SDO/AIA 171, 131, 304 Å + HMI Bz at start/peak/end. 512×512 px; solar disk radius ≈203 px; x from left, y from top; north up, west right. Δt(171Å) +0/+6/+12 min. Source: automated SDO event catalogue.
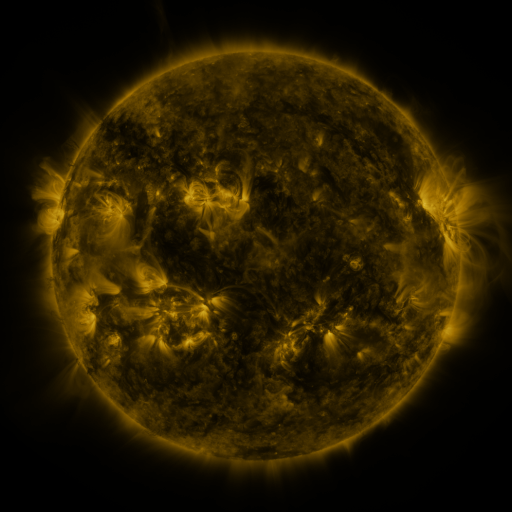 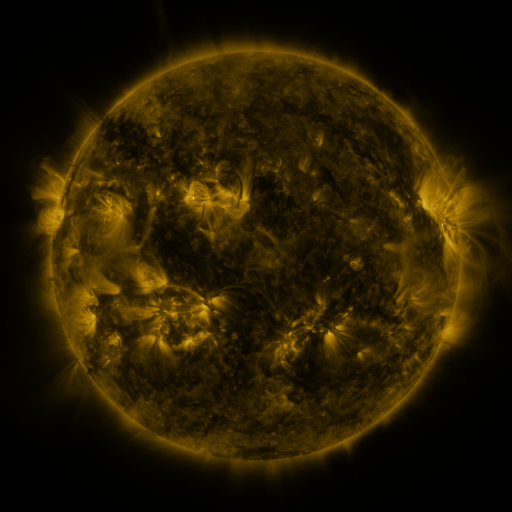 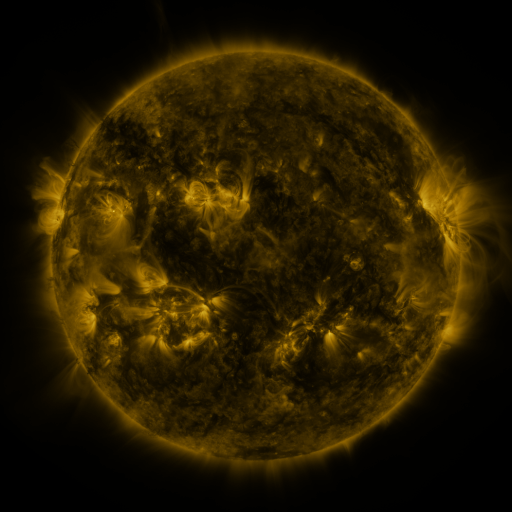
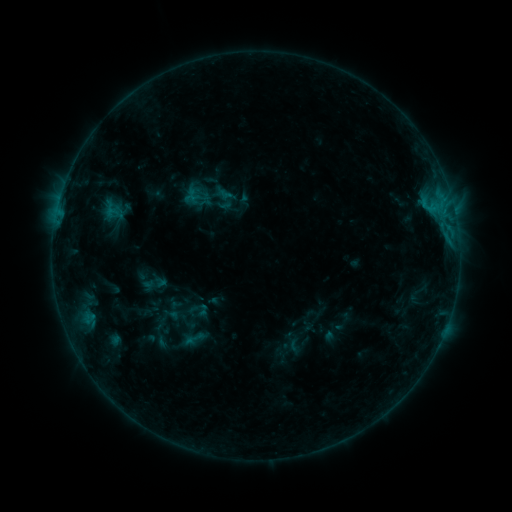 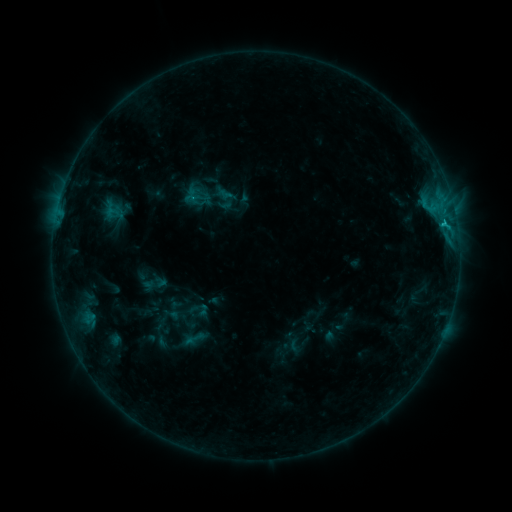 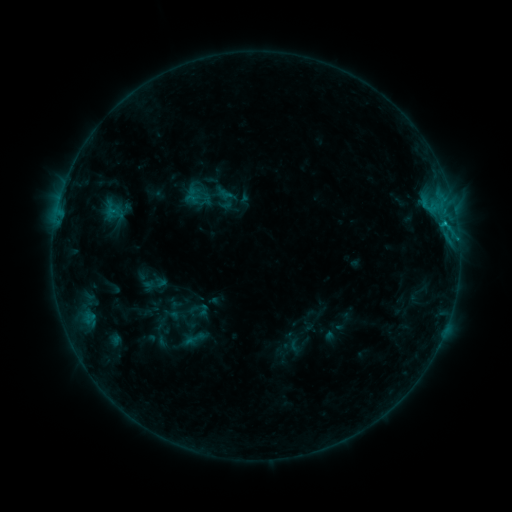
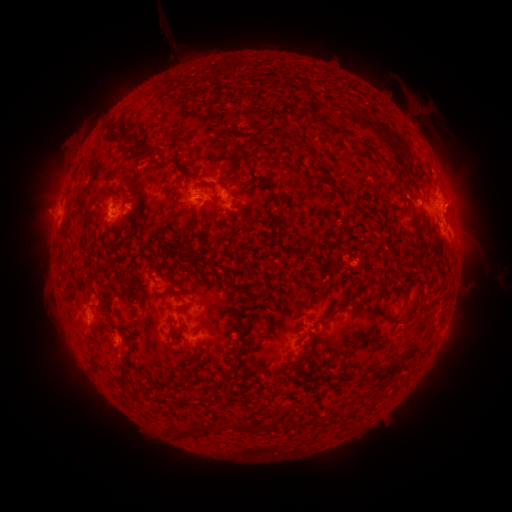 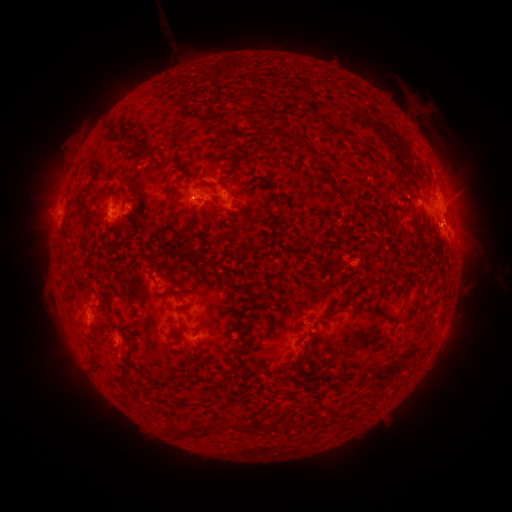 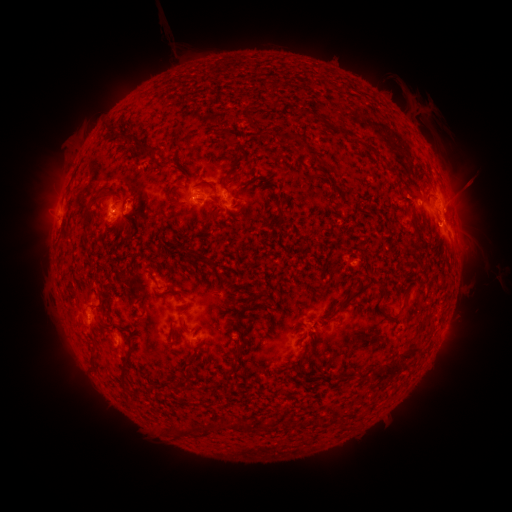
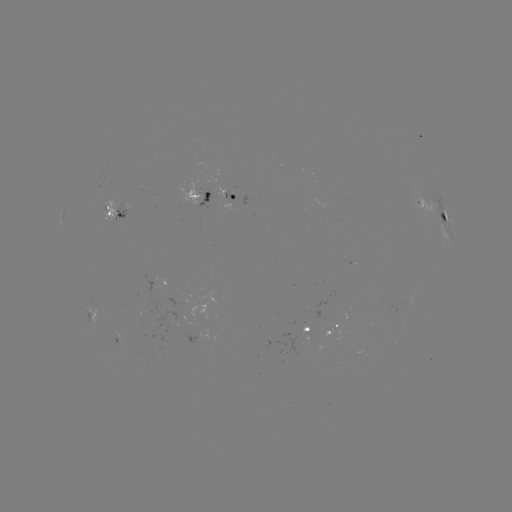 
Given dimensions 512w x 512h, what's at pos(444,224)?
C1.0 flare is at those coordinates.